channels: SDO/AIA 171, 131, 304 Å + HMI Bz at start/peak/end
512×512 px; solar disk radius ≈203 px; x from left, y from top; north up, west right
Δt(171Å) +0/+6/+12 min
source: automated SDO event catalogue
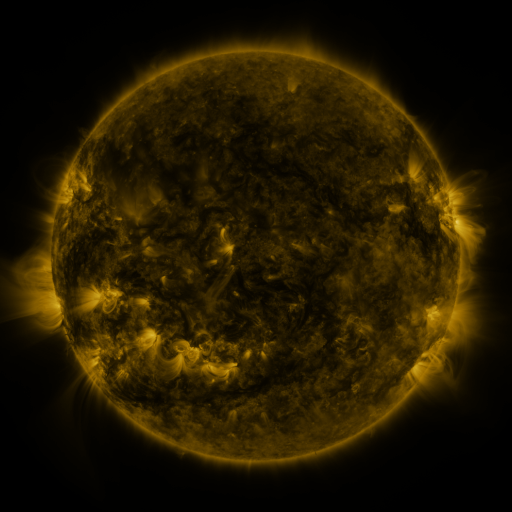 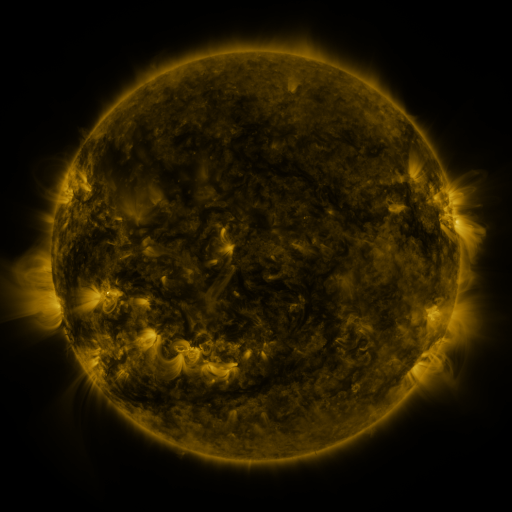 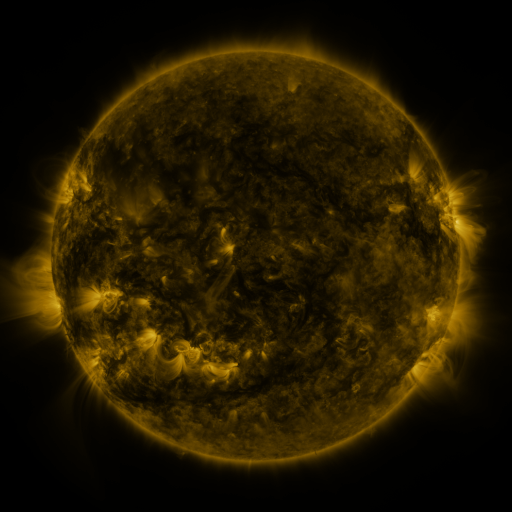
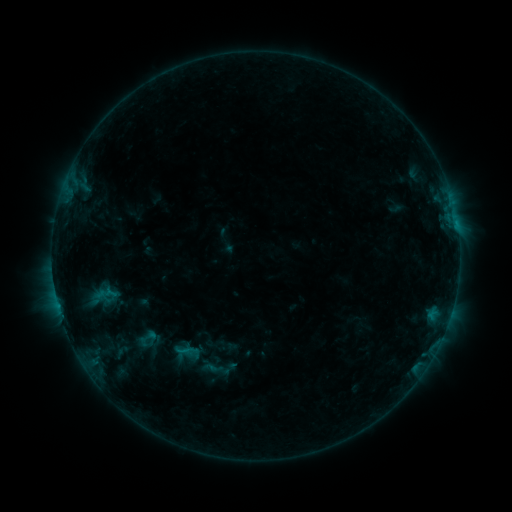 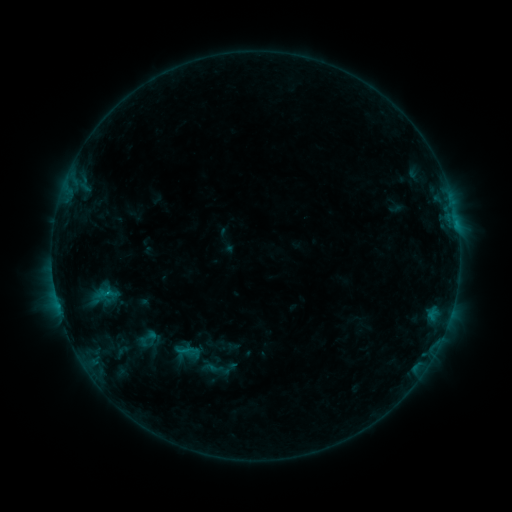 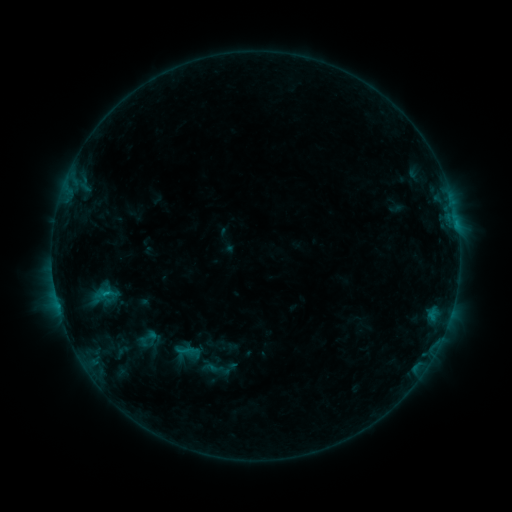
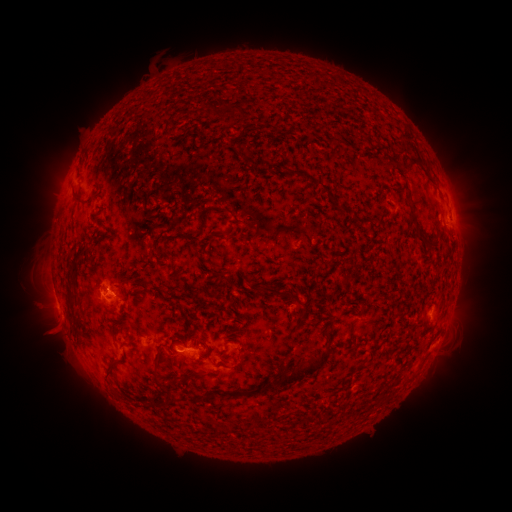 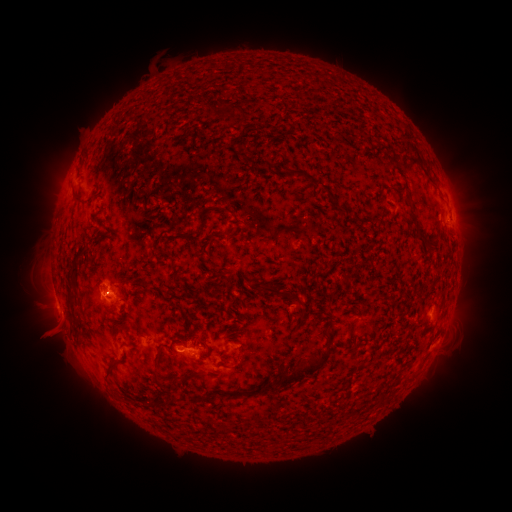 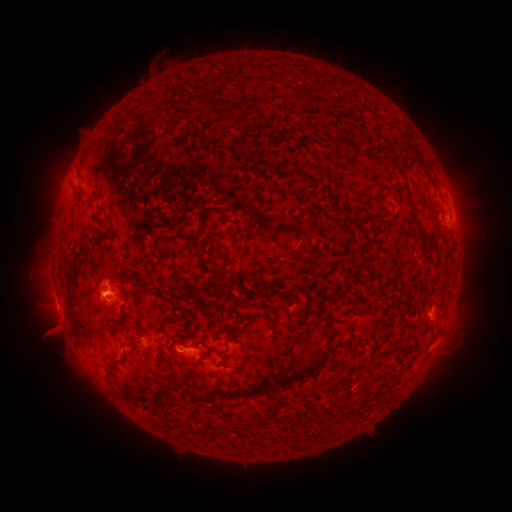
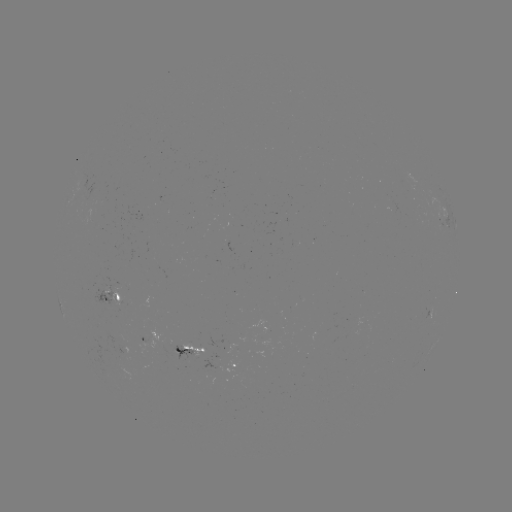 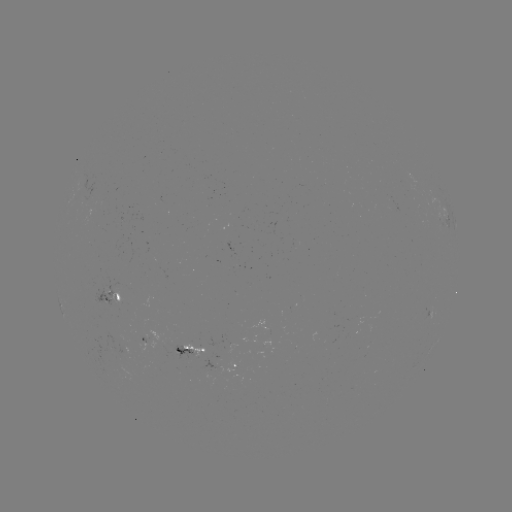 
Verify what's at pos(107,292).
B6.1 flare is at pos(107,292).